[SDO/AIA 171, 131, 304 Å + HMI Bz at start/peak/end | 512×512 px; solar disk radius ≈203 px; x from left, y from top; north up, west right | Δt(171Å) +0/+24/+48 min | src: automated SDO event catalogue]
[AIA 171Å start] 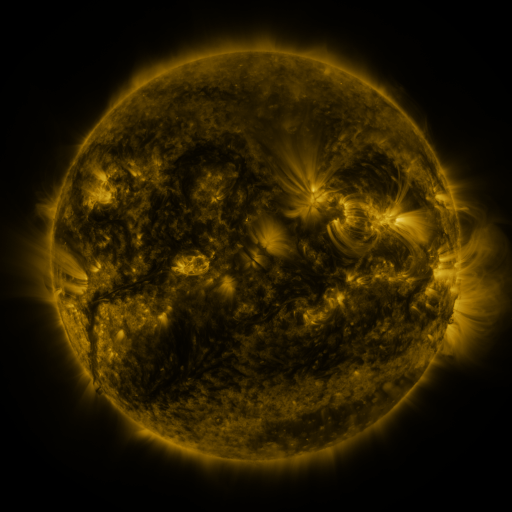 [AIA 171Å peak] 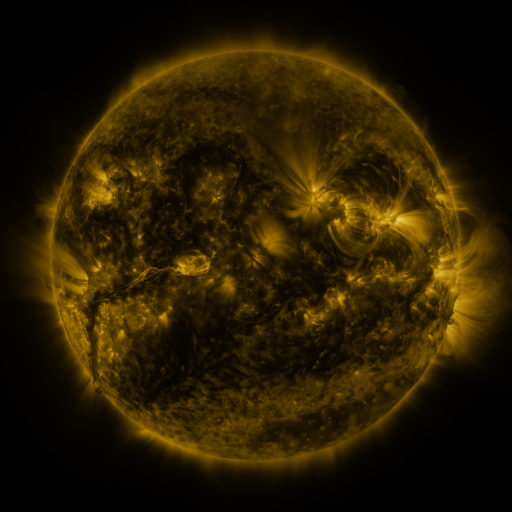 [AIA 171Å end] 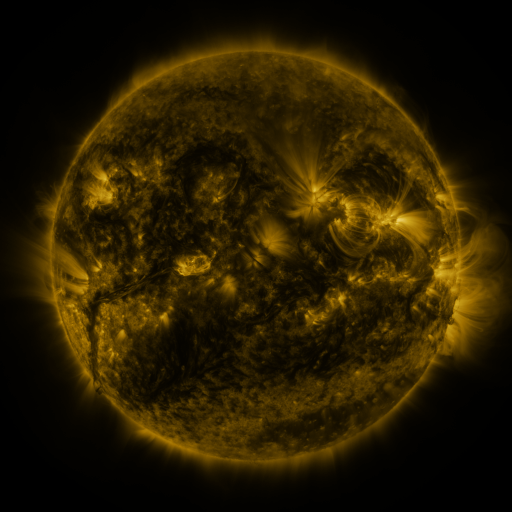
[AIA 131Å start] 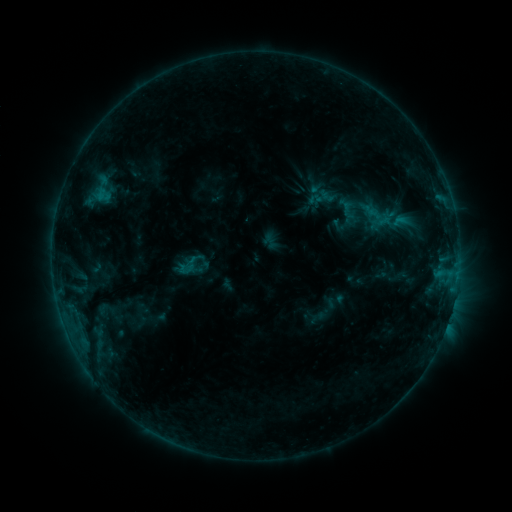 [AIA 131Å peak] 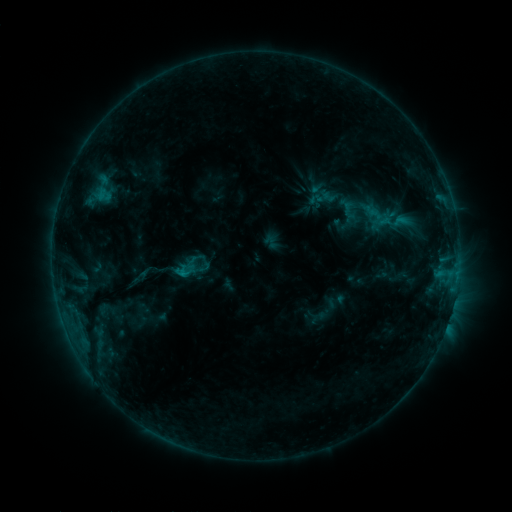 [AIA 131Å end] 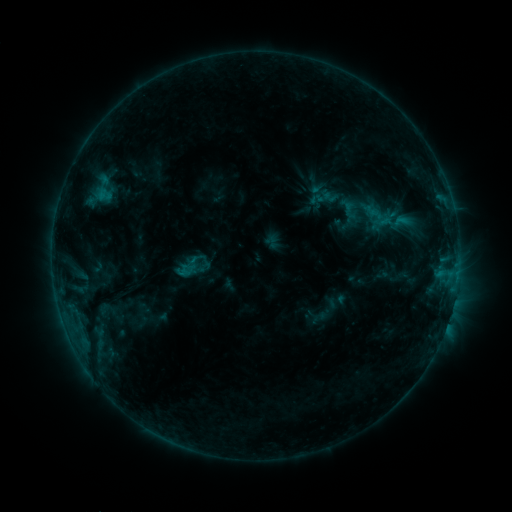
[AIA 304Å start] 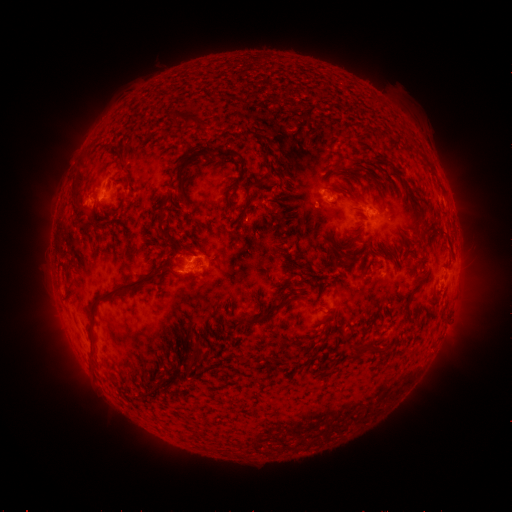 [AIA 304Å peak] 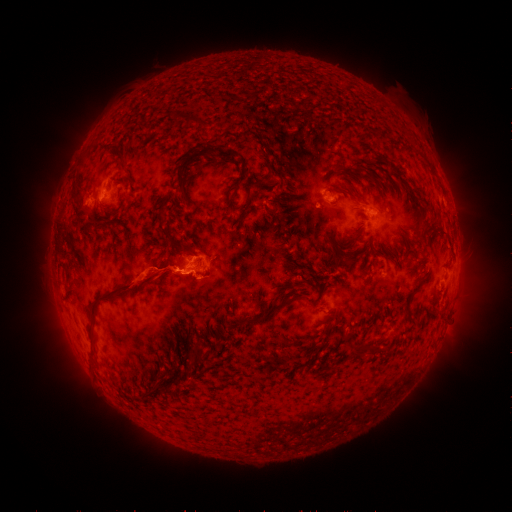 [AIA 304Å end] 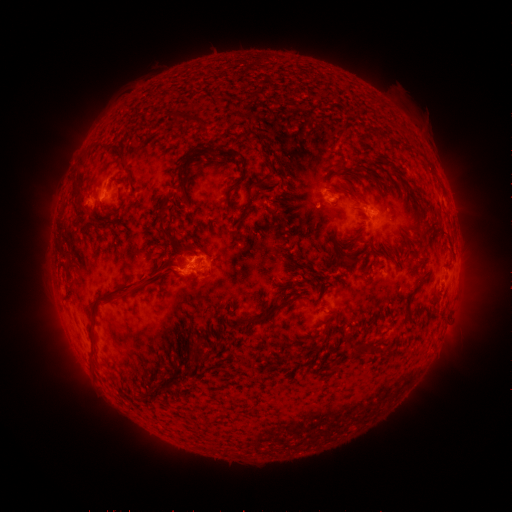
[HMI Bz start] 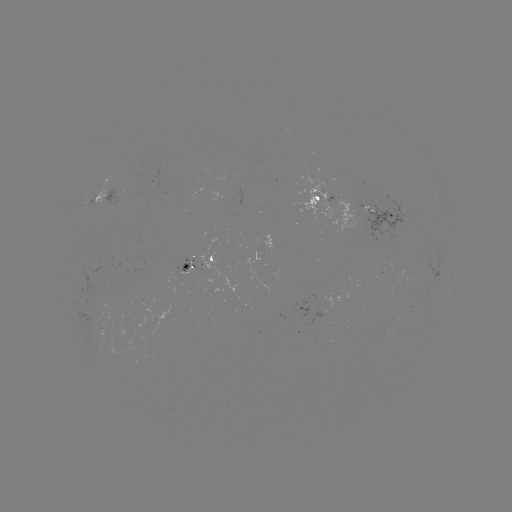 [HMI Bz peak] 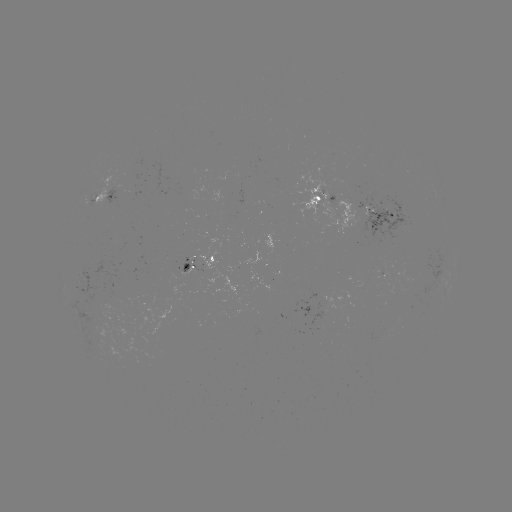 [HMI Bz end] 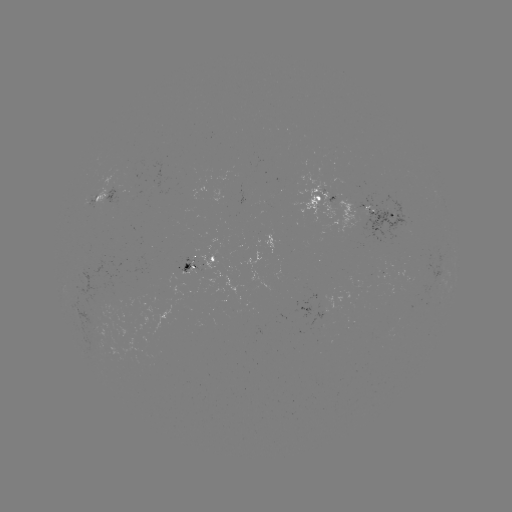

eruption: [115, 246, 195, 307]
